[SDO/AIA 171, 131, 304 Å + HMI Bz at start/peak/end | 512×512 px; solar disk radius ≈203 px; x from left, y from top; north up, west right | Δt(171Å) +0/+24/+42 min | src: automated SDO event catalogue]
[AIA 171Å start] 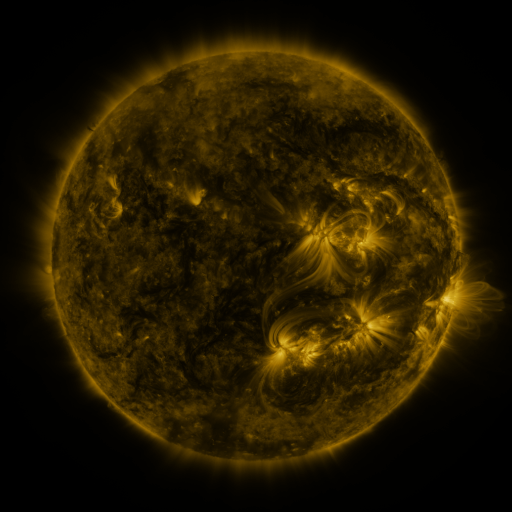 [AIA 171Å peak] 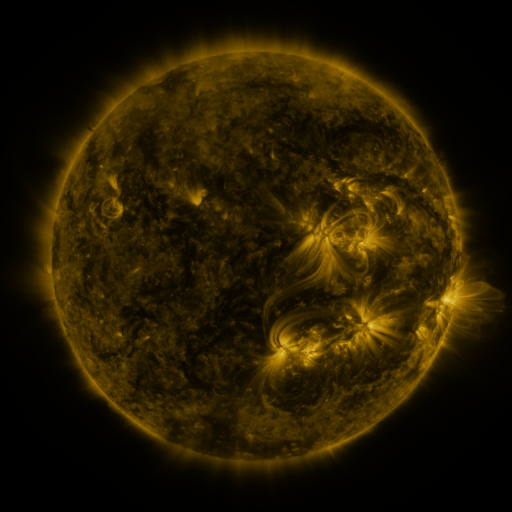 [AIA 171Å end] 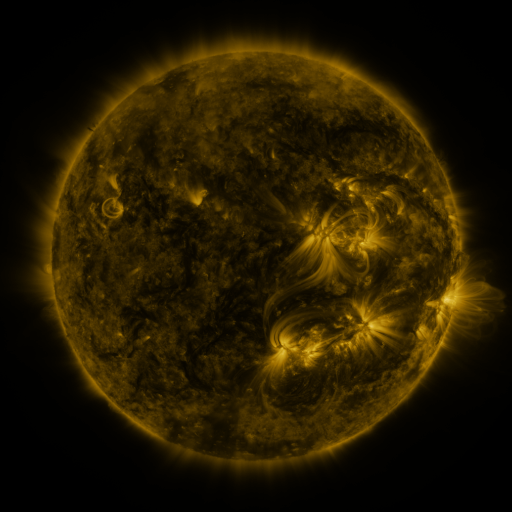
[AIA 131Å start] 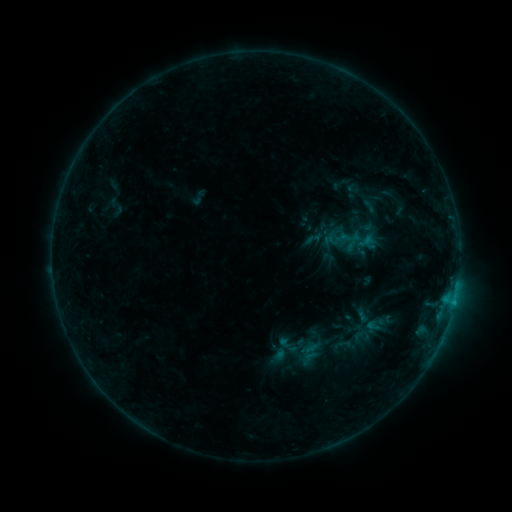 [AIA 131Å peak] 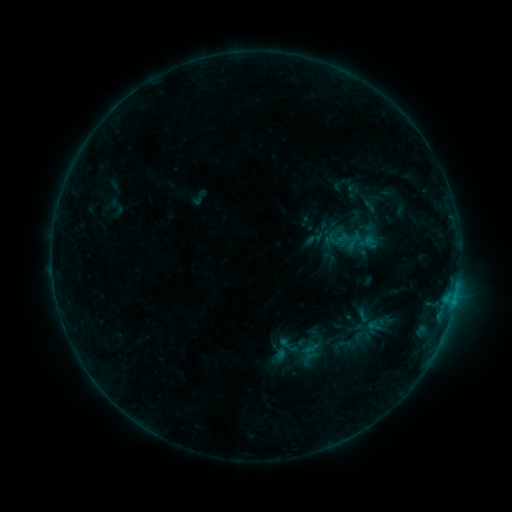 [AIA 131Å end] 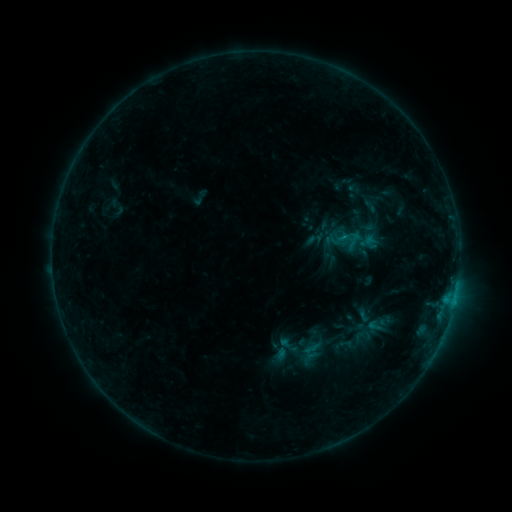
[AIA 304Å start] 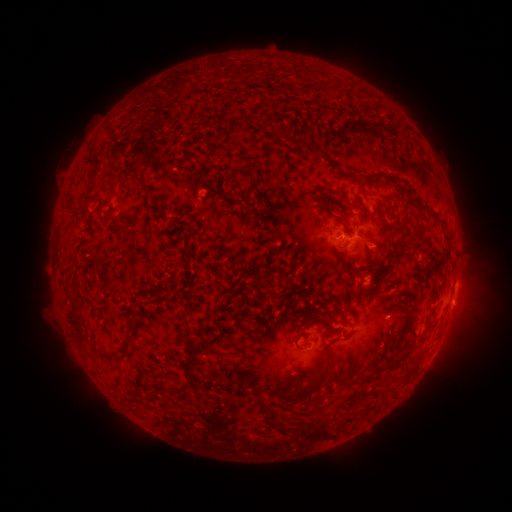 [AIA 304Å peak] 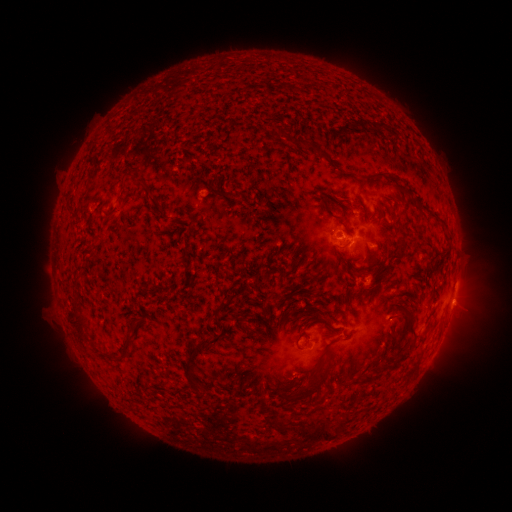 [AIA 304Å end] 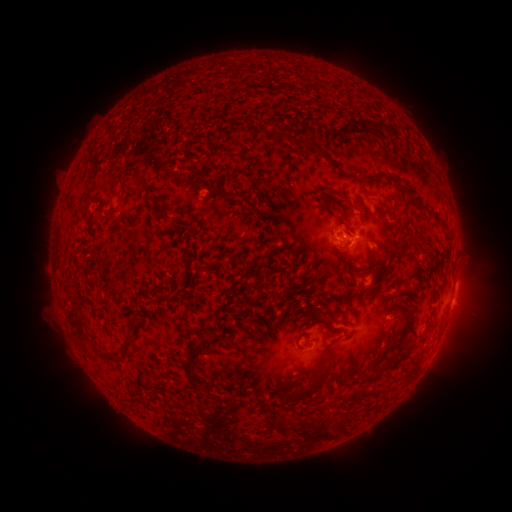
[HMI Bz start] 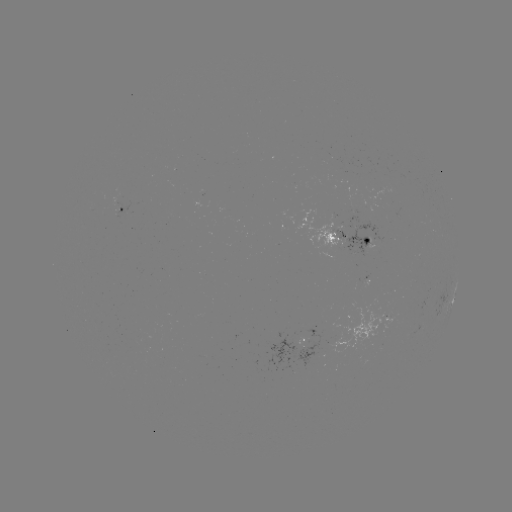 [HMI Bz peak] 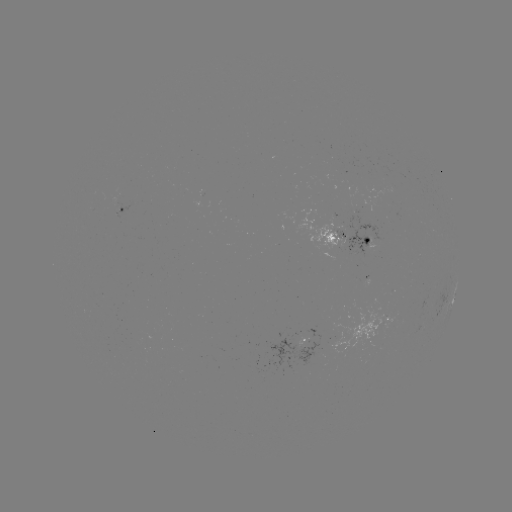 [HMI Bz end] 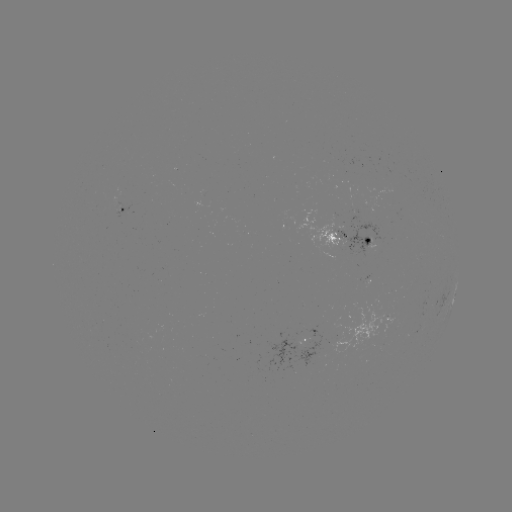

nothing was catalogued: no classed flare, no EUV trigger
